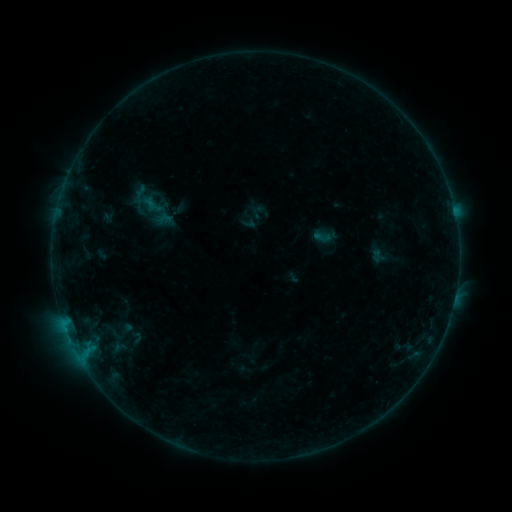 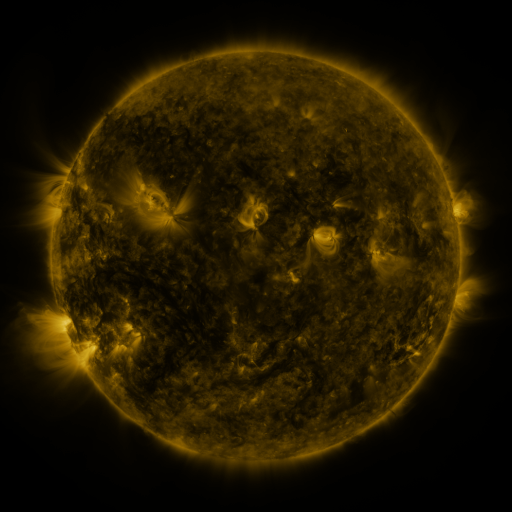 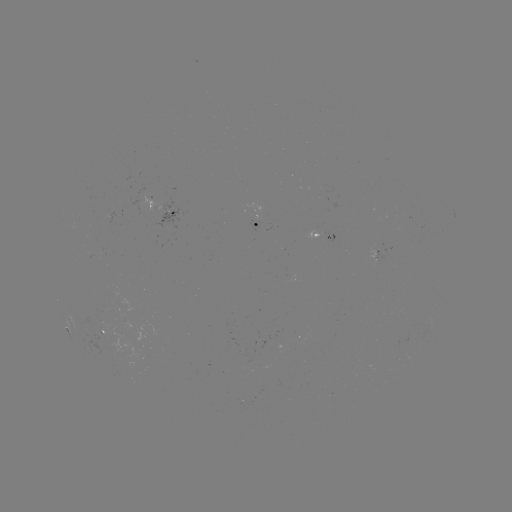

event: sigmoid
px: (322, 237)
